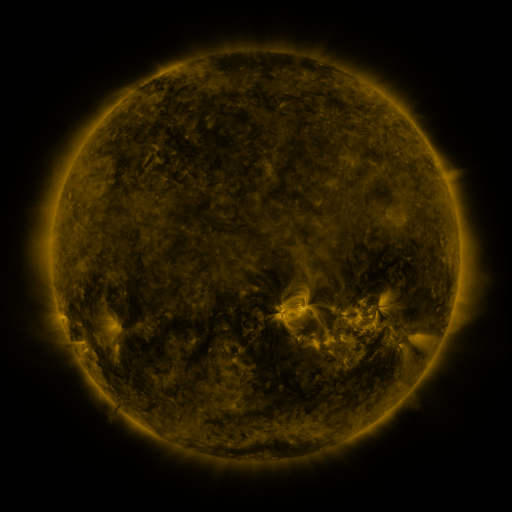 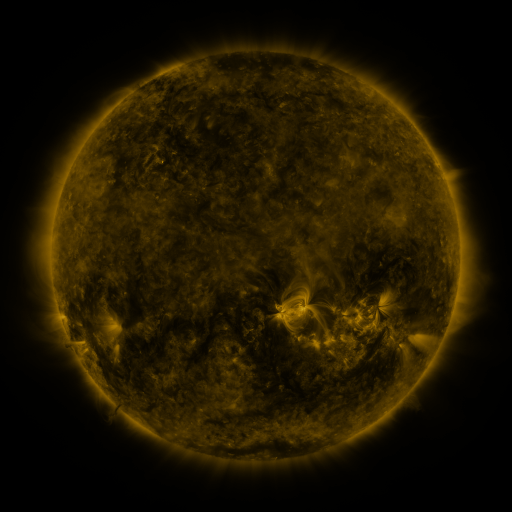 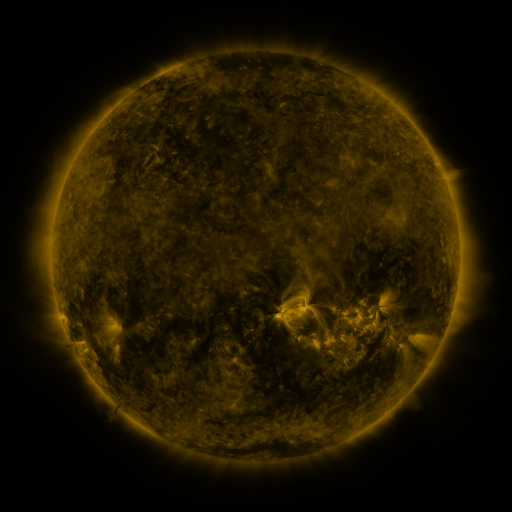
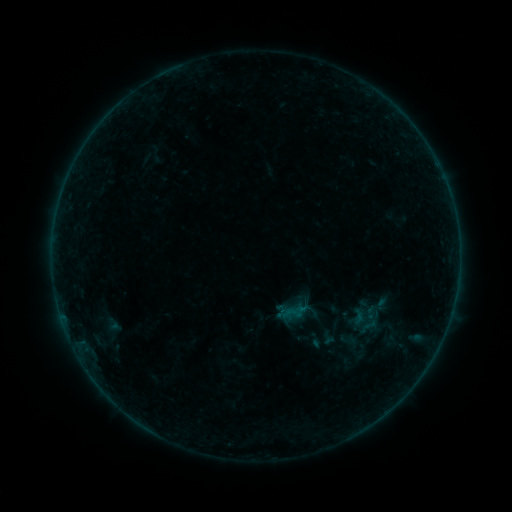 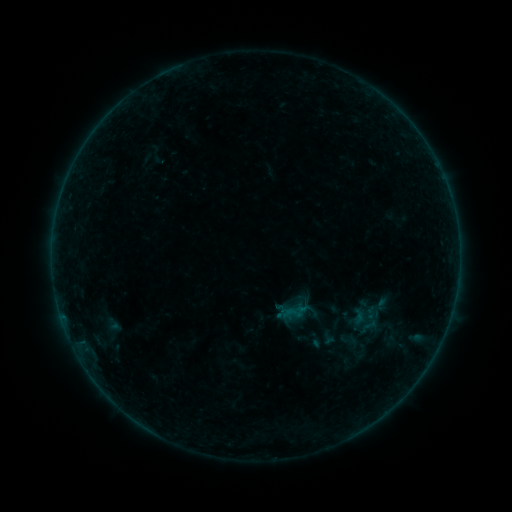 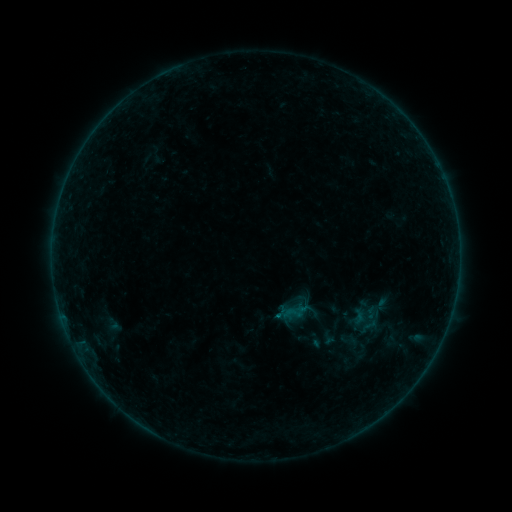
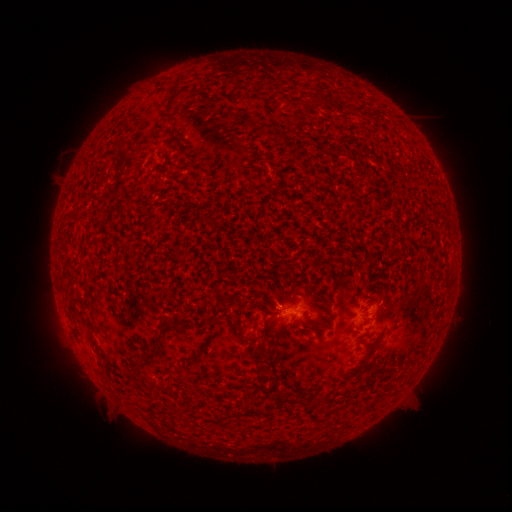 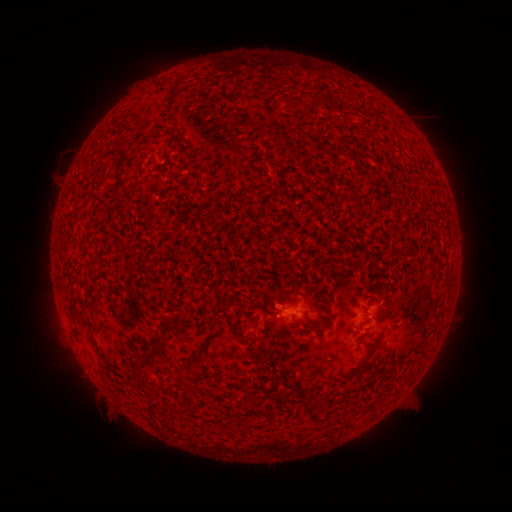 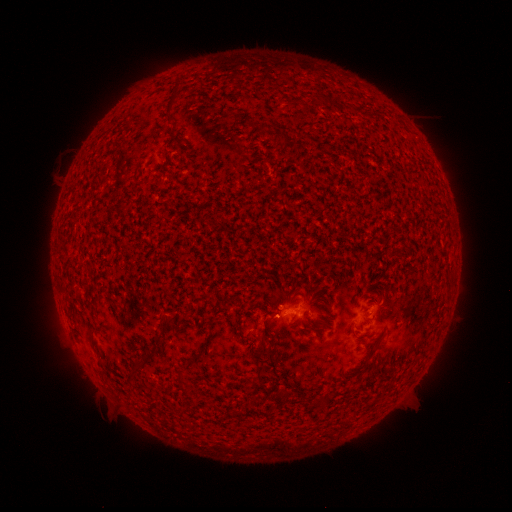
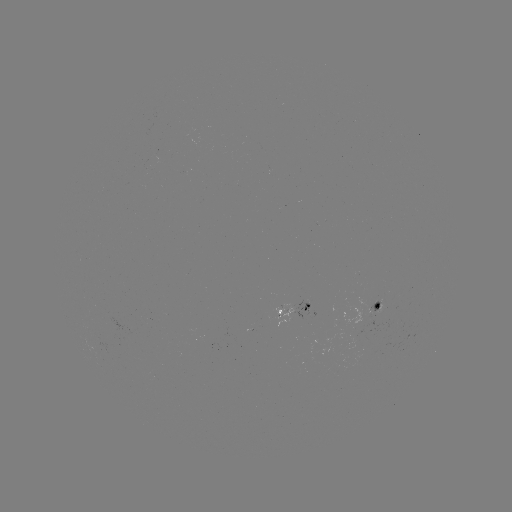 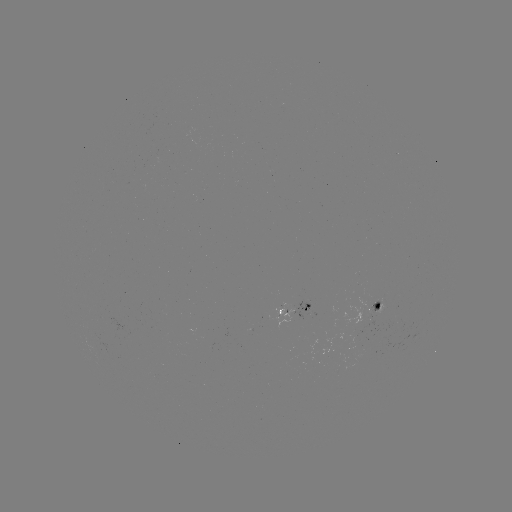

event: flare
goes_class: B1.8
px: (276, 316)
